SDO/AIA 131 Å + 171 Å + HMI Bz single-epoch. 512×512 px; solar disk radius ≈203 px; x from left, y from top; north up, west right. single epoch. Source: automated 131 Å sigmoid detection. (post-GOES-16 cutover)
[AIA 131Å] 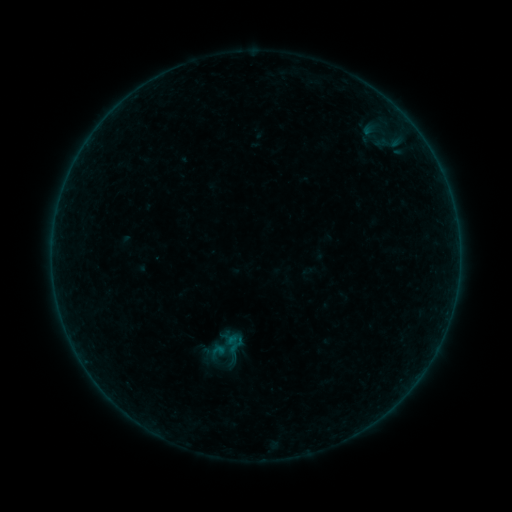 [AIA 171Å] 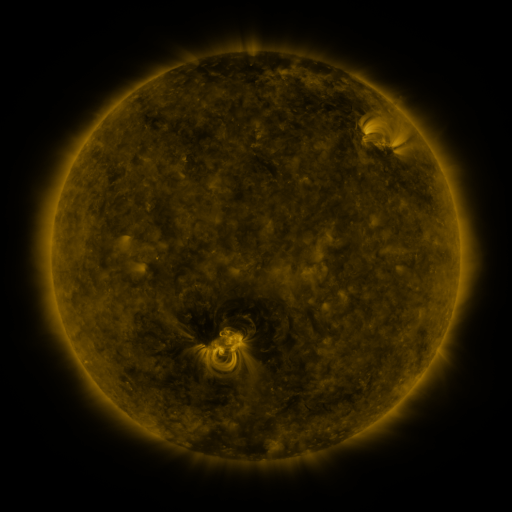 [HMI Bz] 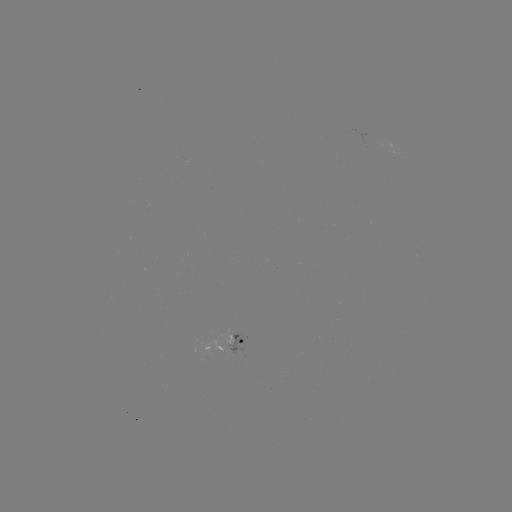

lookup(sigmoid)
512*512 226,347